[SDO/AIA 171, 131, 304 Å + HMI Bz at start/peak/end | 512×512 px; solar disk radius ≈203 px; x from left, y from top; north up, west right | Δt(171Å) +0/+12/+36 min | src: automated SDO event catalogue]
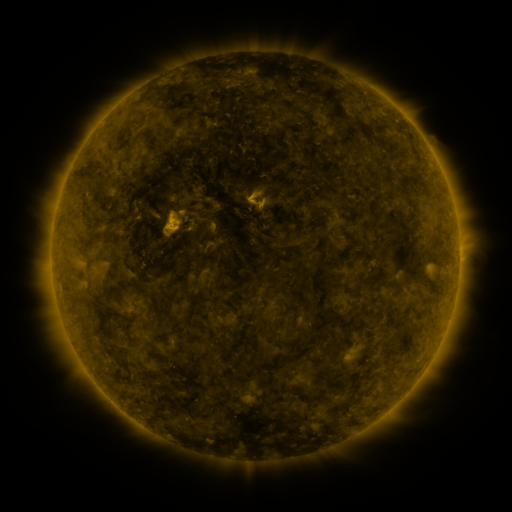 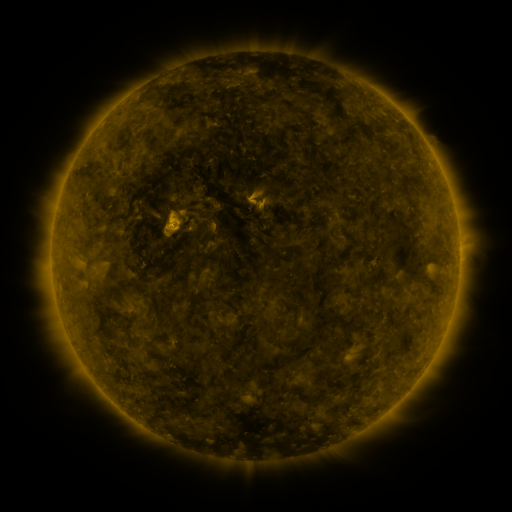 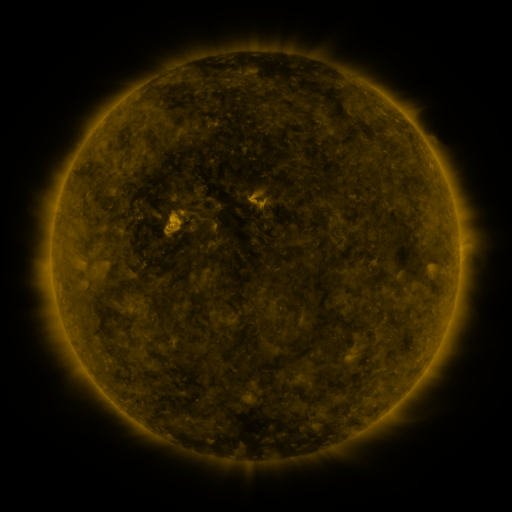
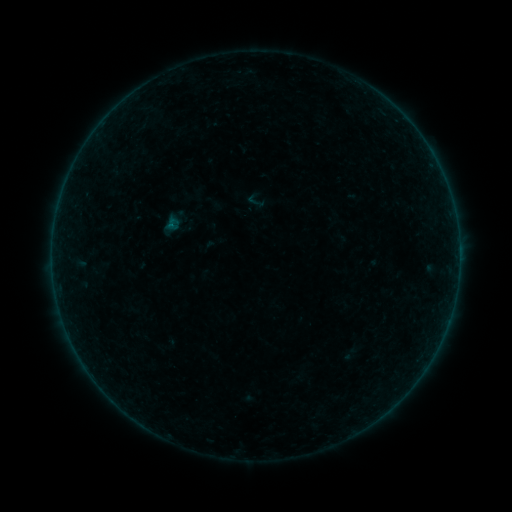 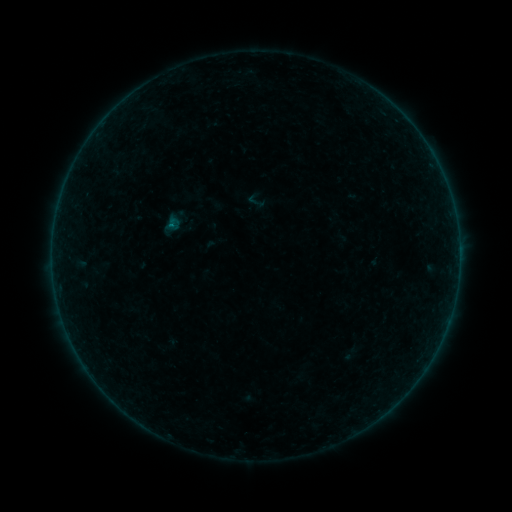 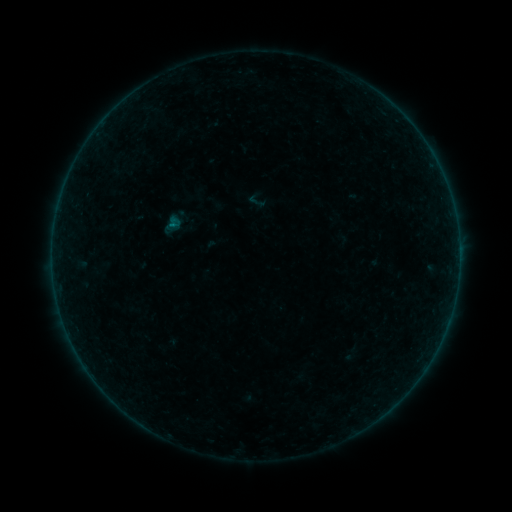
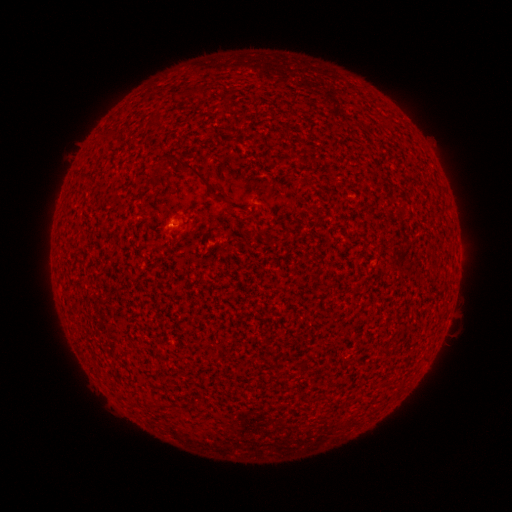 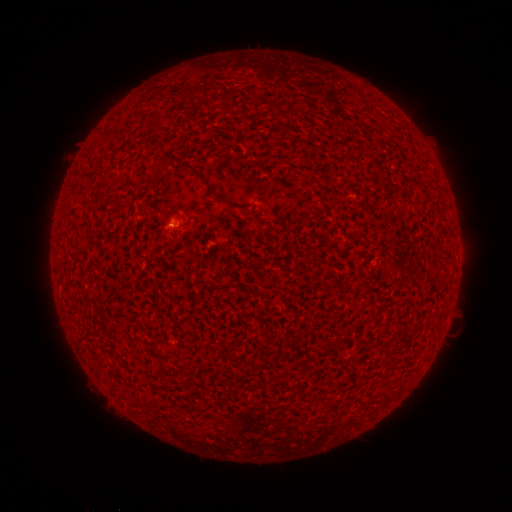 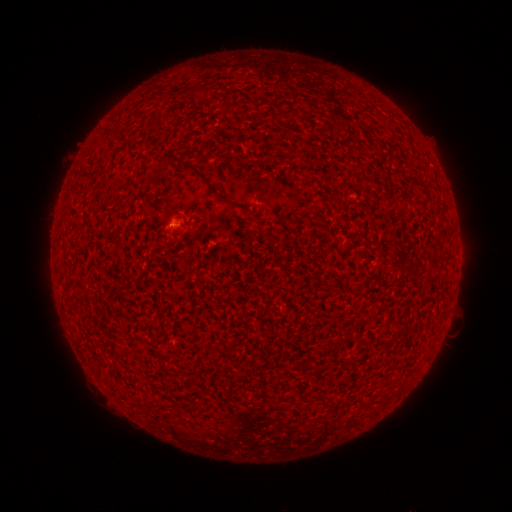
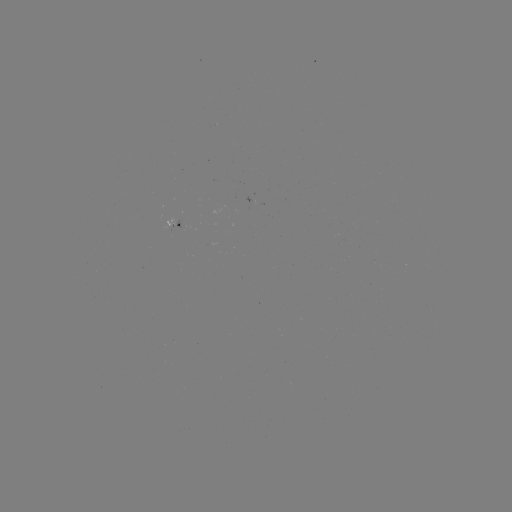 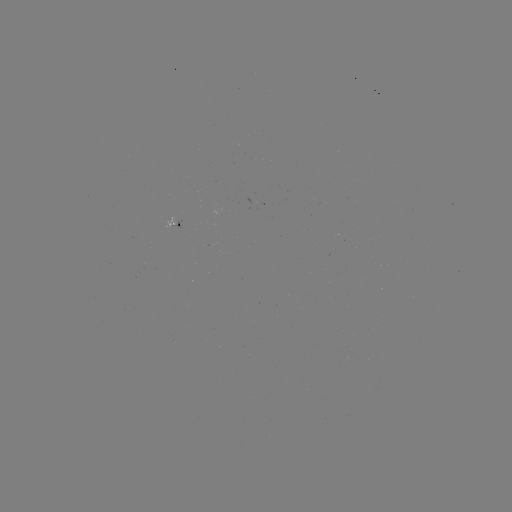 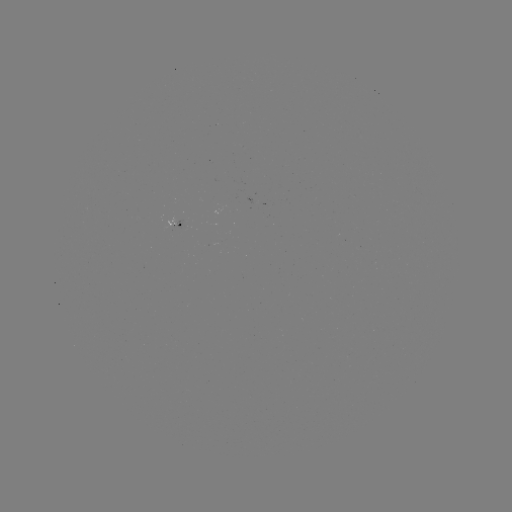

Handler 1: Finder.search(B1.6 flare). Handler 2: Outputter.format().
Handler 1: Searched B1.6 flare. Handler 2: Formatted [173, 225].